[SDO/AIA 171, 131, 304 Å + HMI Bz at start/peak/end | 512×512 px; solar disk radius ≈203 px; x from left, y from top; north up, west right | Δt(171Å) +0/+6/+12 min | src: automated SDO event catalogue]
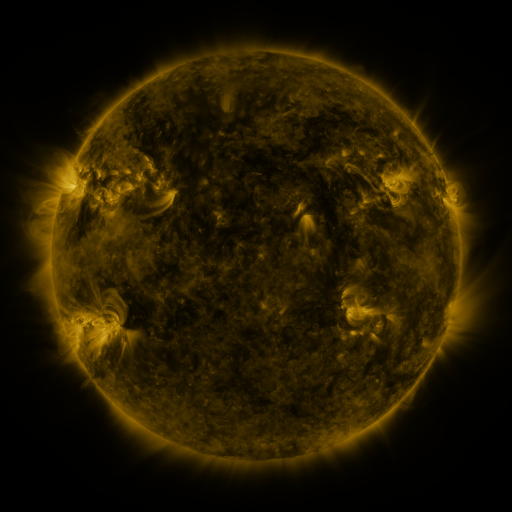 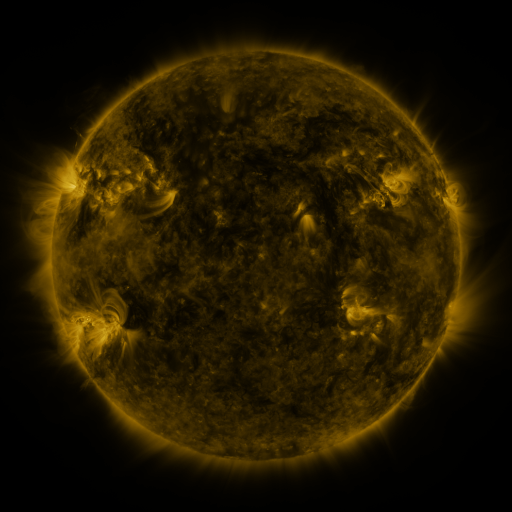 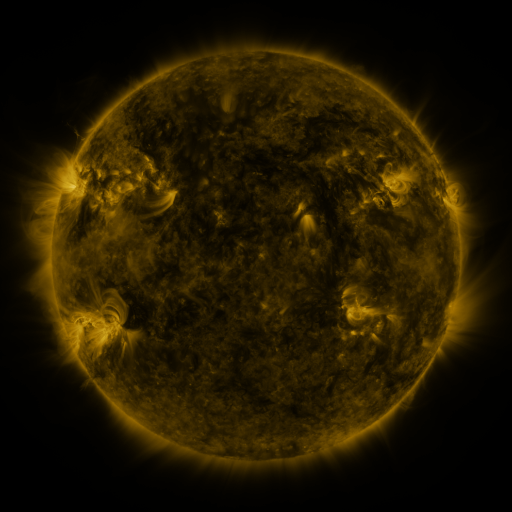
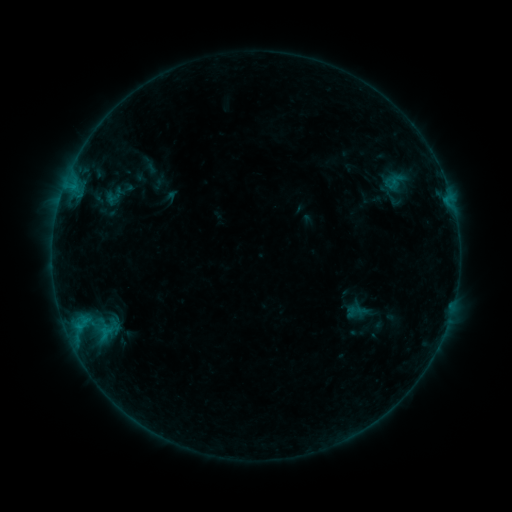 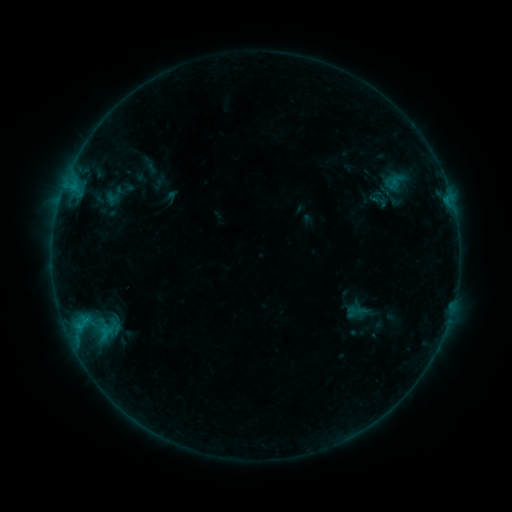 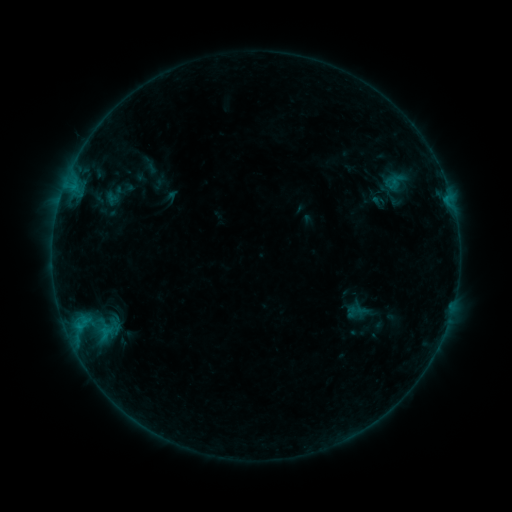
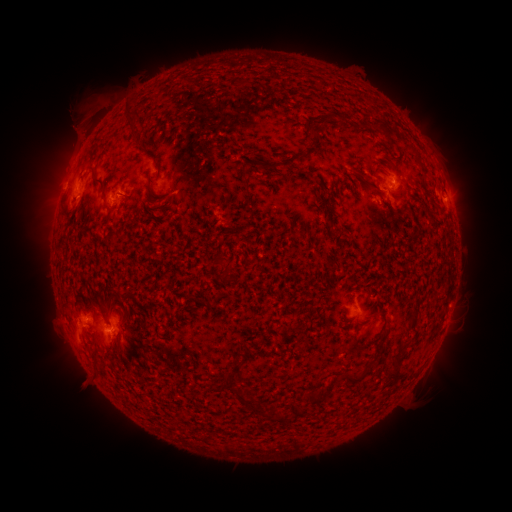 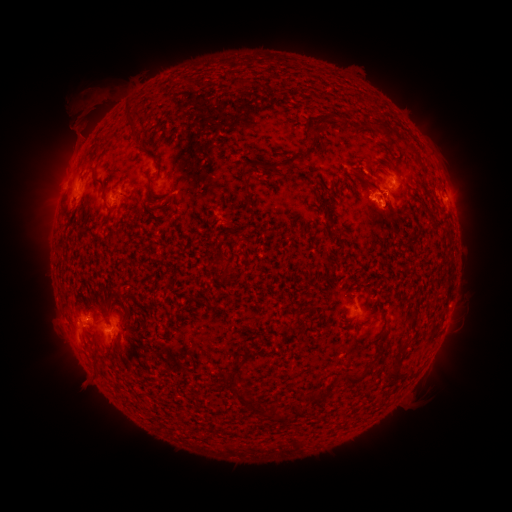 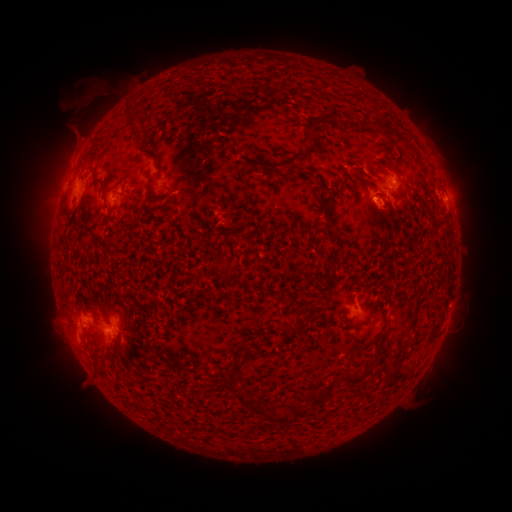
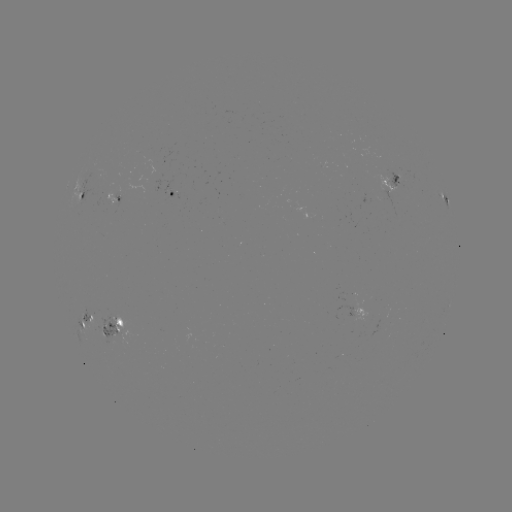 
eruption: <bbox>333, 169, 433, 244</bbox>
